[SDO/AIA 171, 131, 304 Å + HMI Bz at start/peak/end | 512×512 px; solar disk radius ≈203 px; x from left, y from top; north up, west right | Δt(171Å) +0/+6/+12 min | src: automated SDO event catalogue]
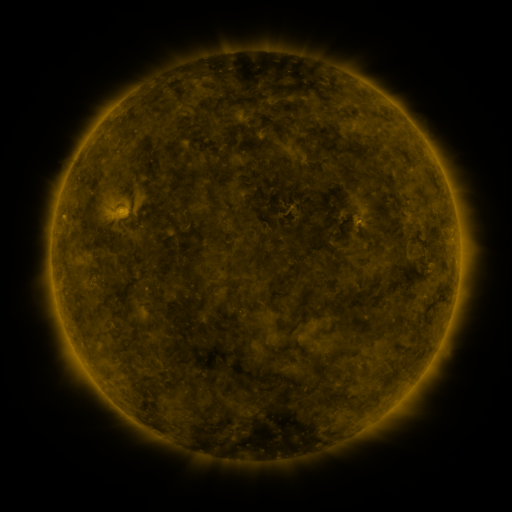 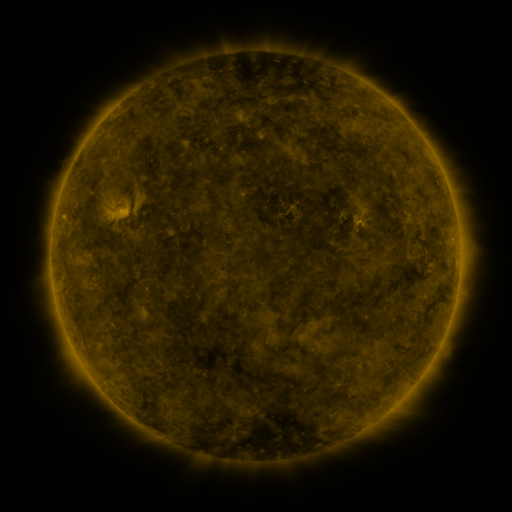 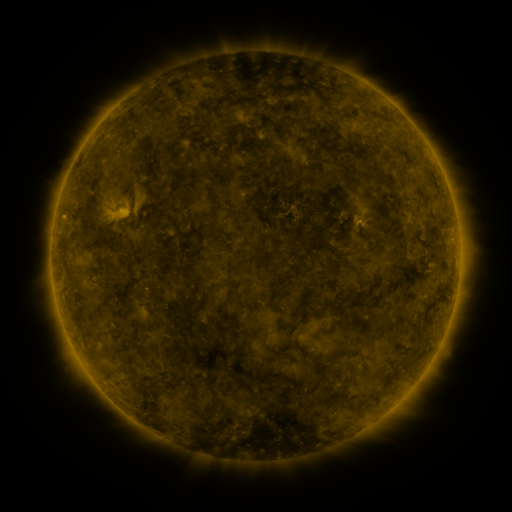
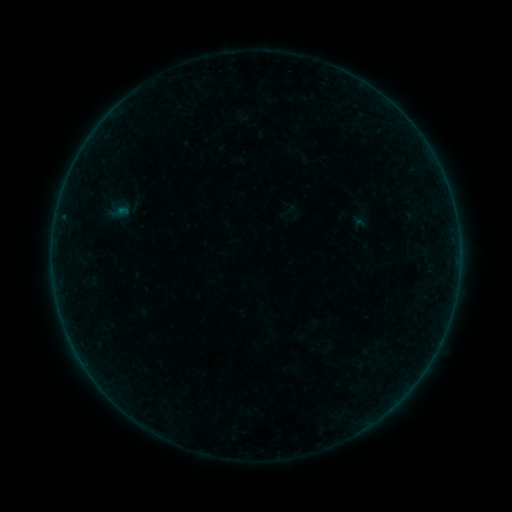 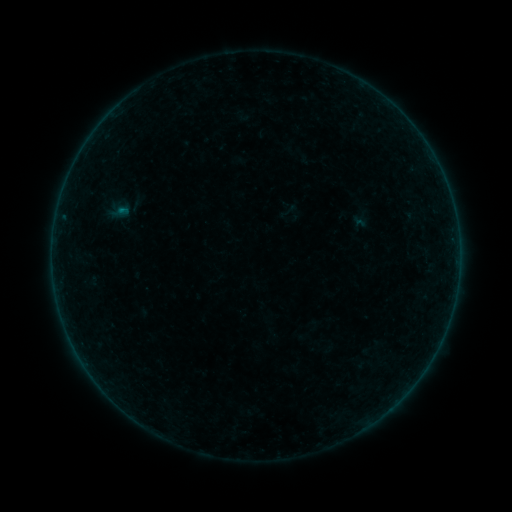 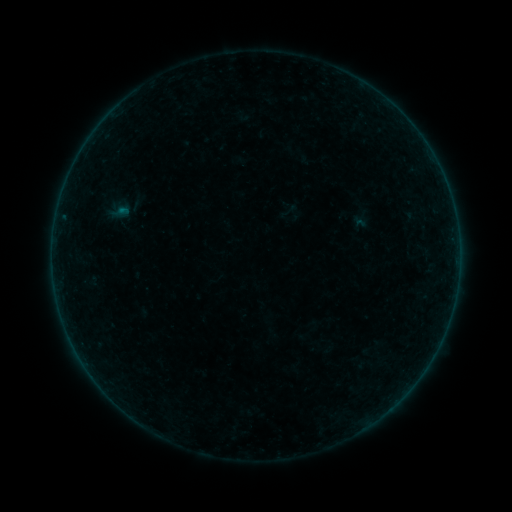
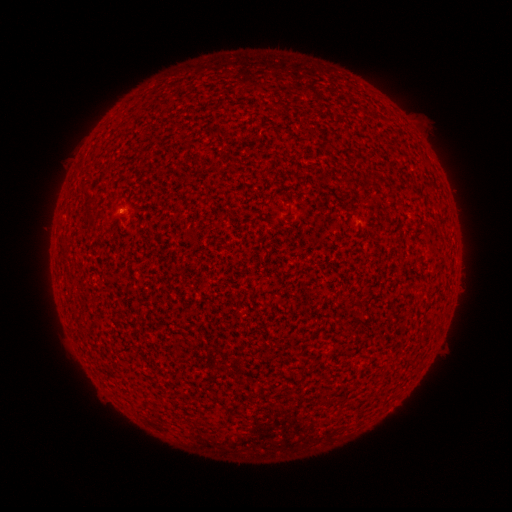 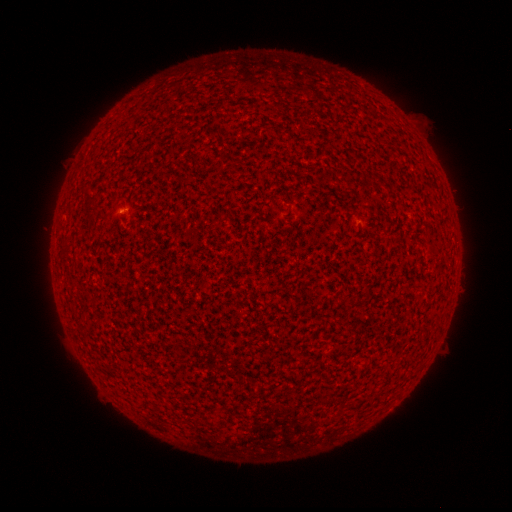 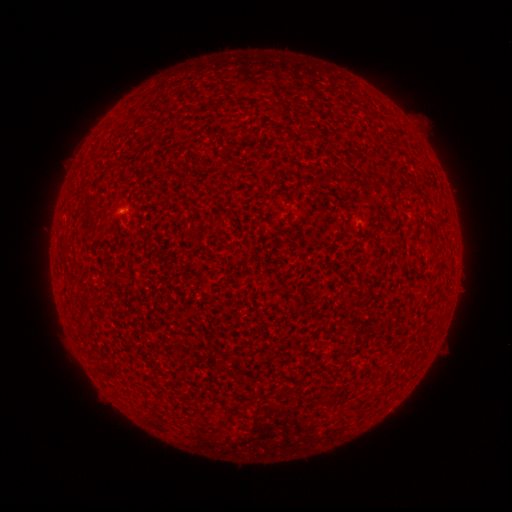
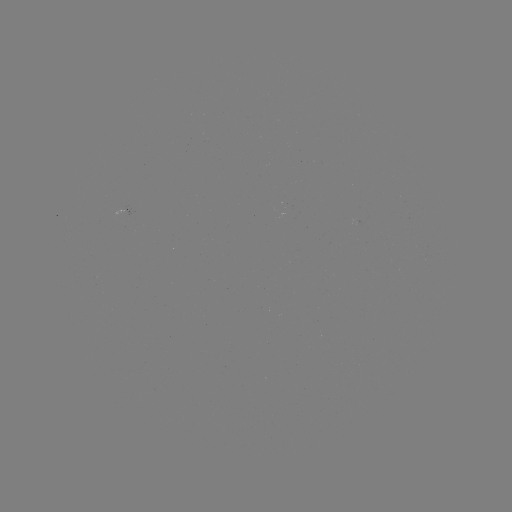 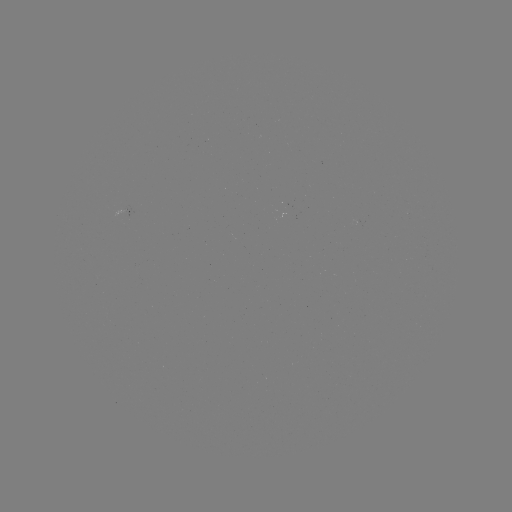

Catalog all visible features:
B1.0 flare: (122, 211)
